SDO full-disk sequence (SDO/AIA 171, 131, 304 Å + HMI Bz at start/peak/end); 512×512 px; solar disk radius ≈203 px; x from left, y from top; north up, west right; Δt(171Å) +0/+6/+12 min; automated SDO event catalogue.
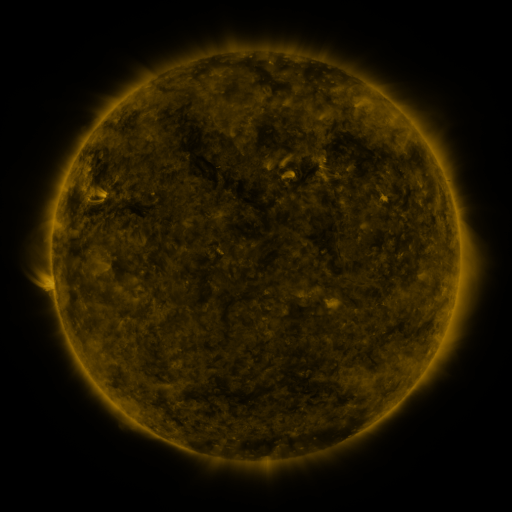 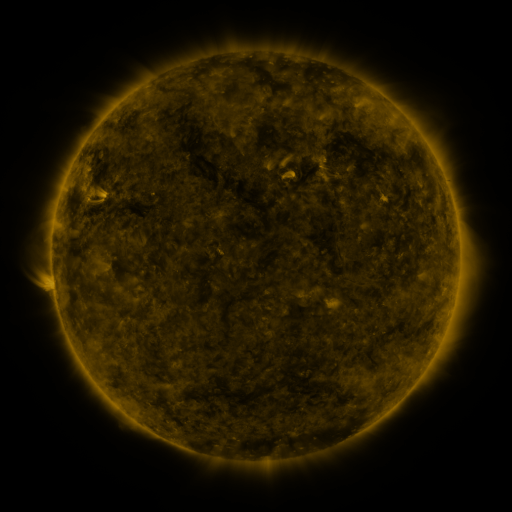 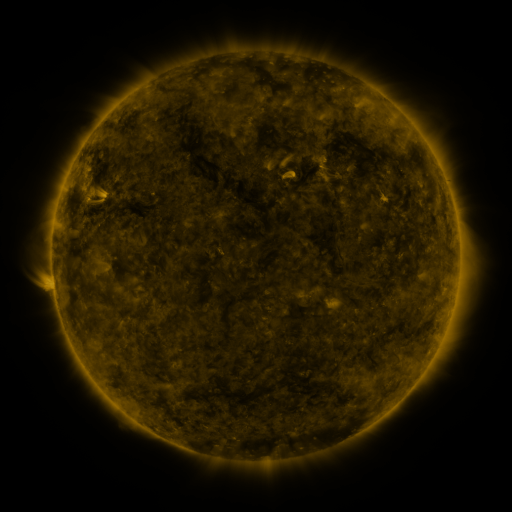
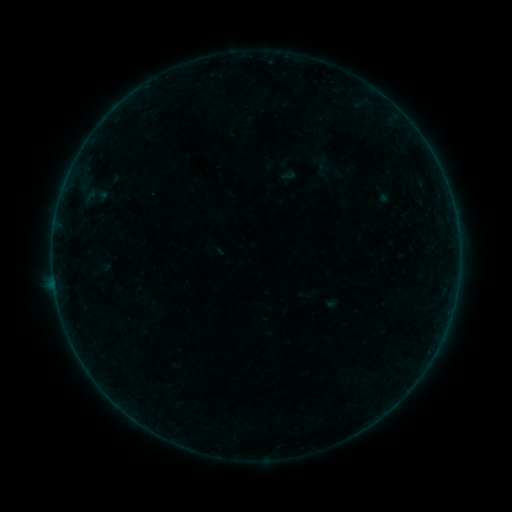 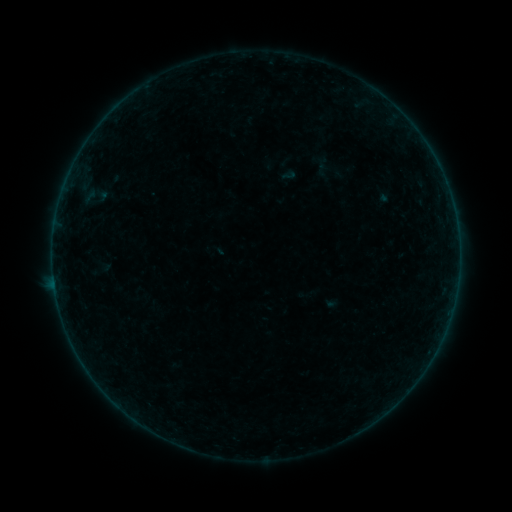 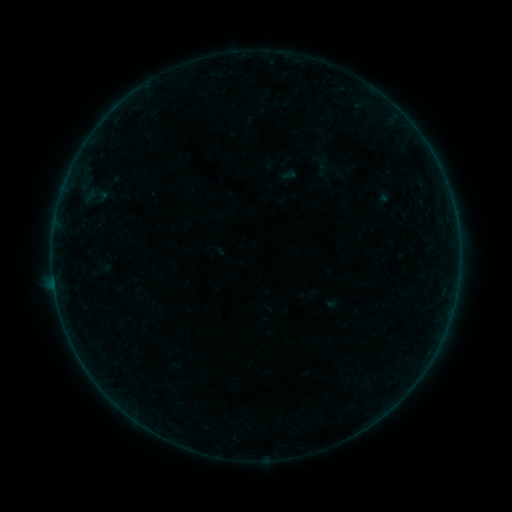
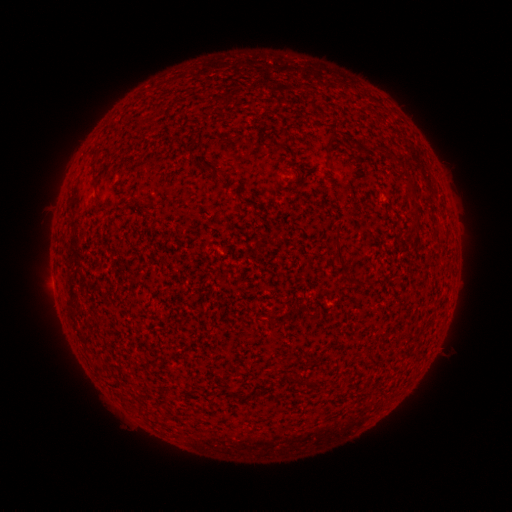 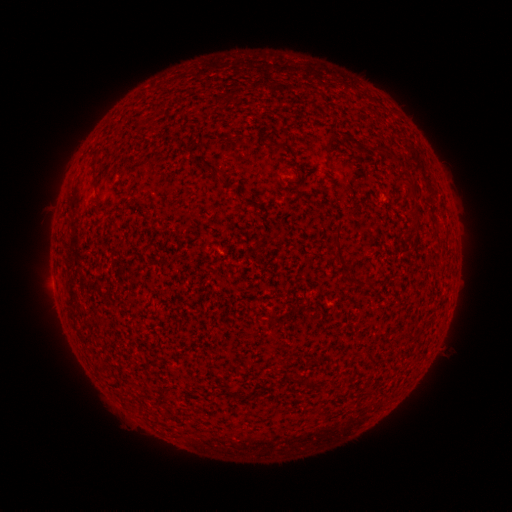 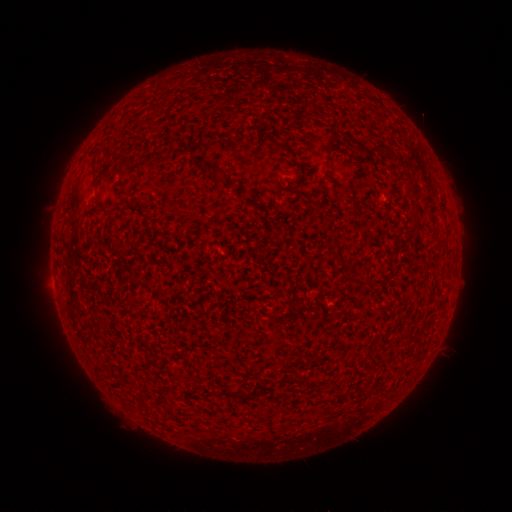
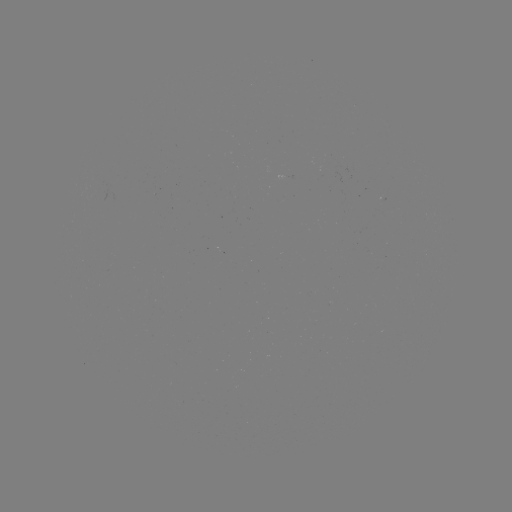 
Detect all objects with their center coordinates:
B3.1 flare: (55, 287)
